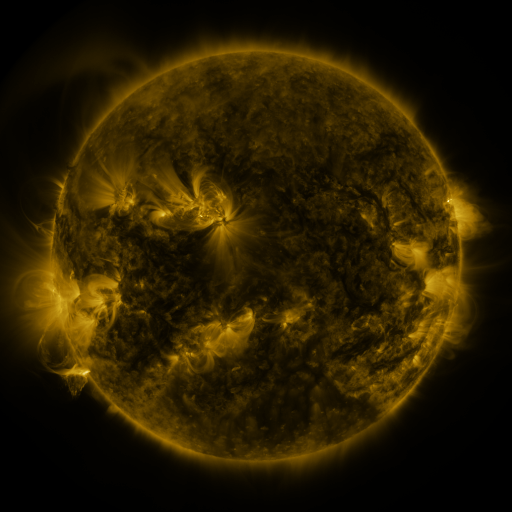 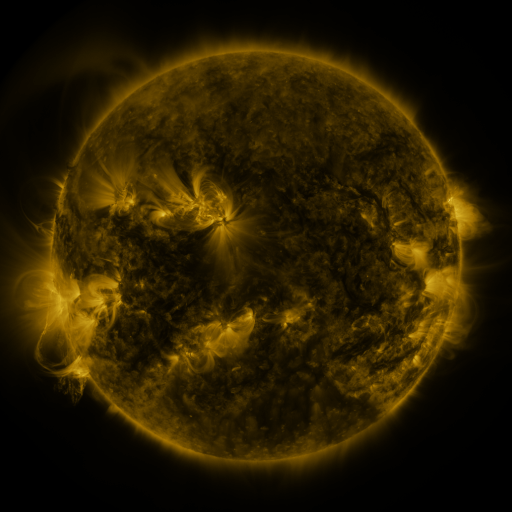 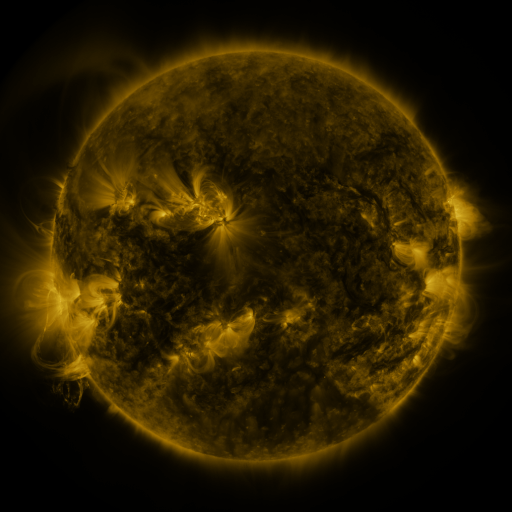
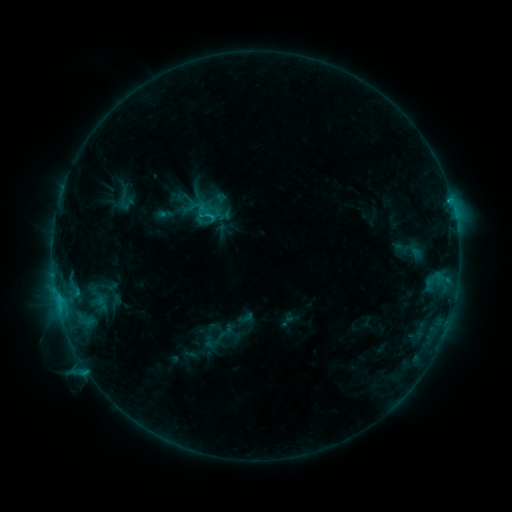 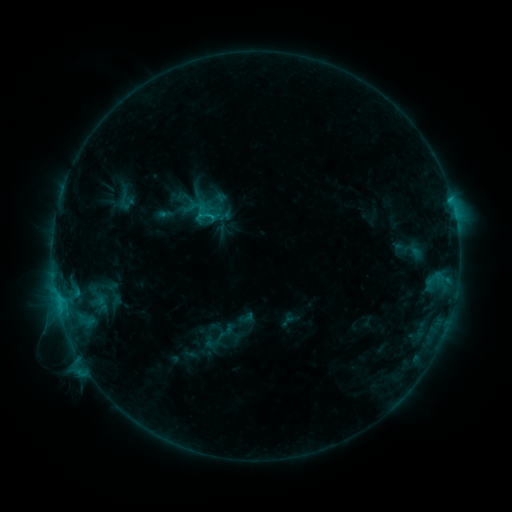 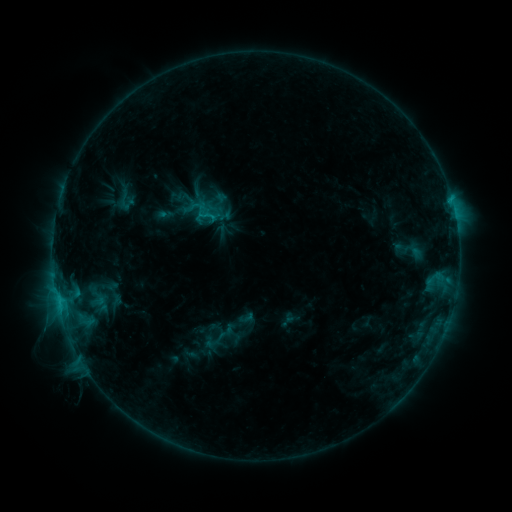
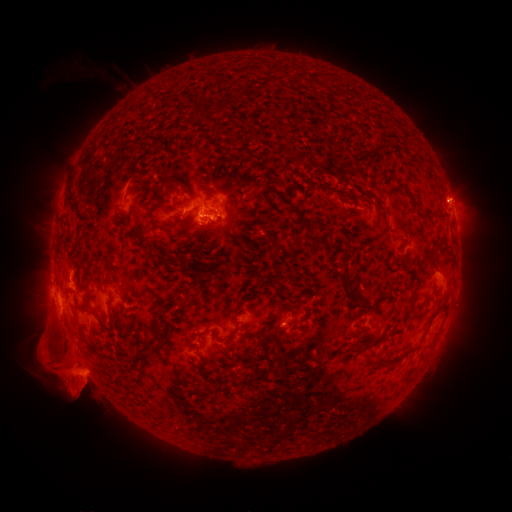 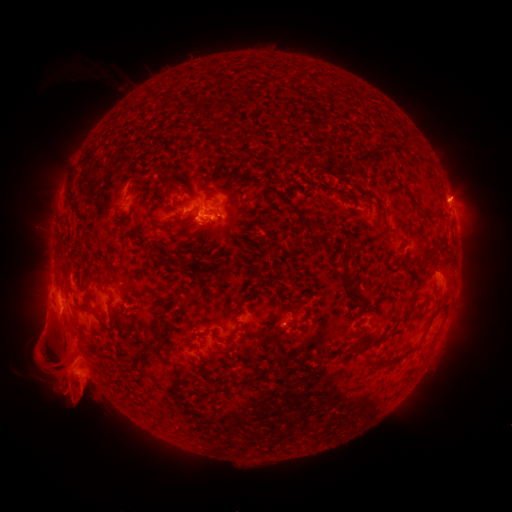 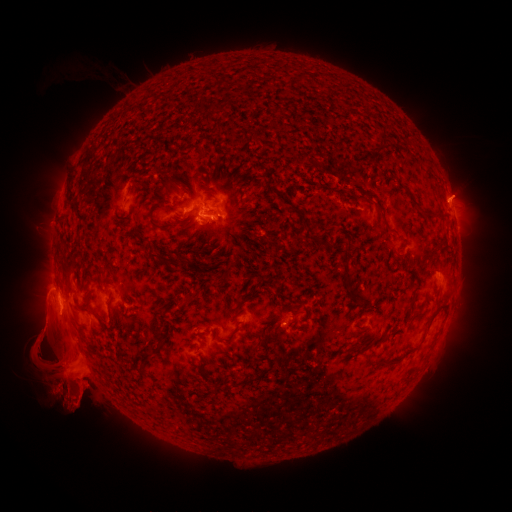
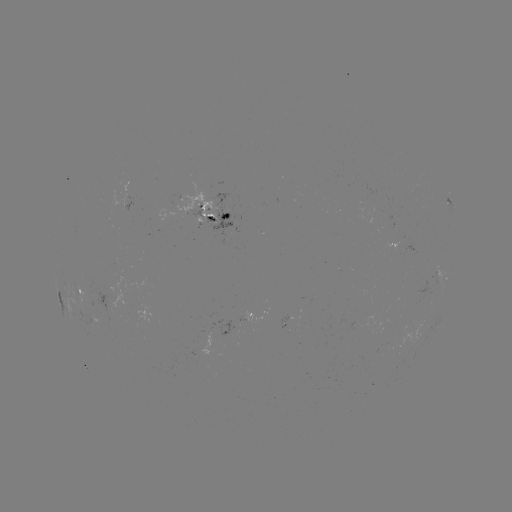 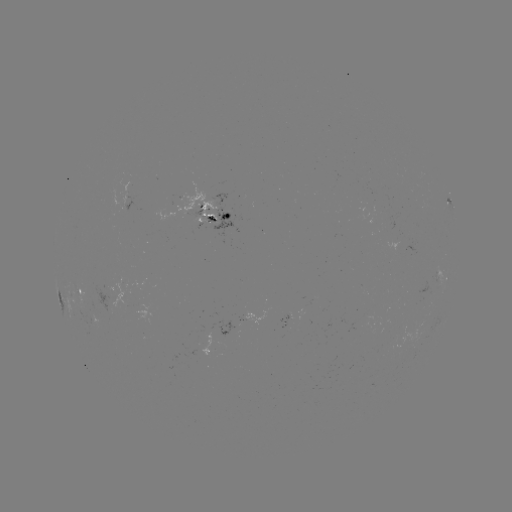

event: eruption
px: (458, 192)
